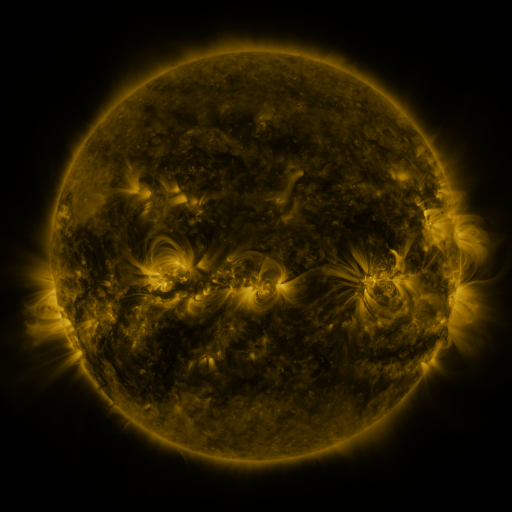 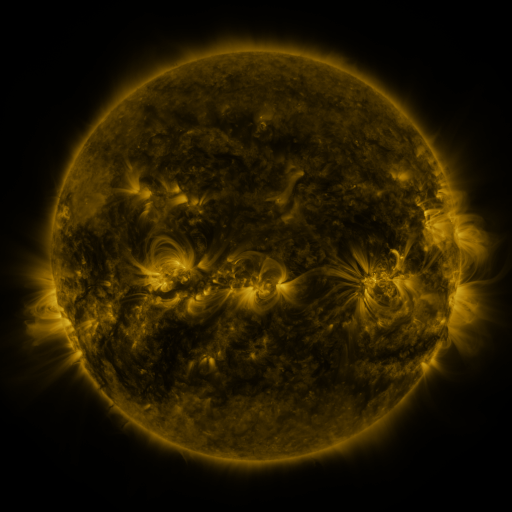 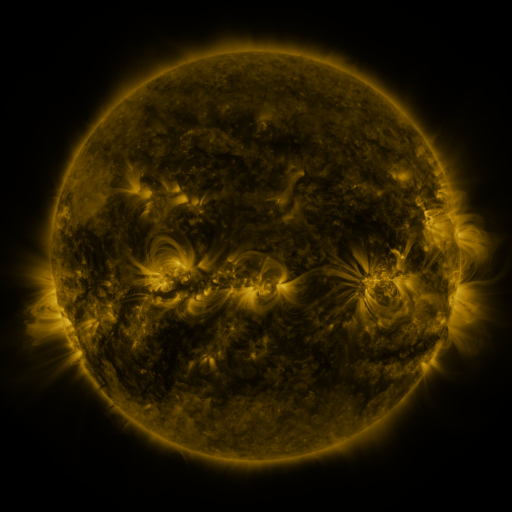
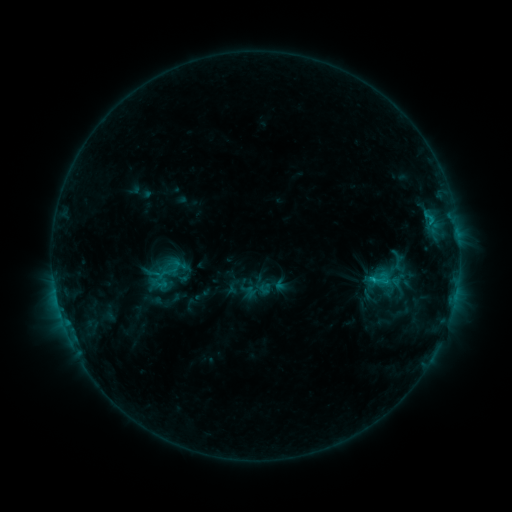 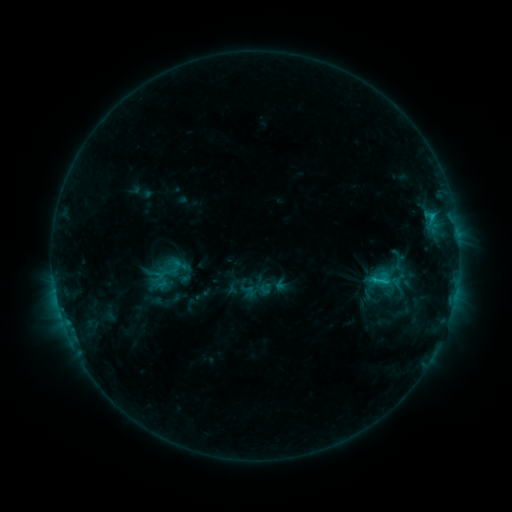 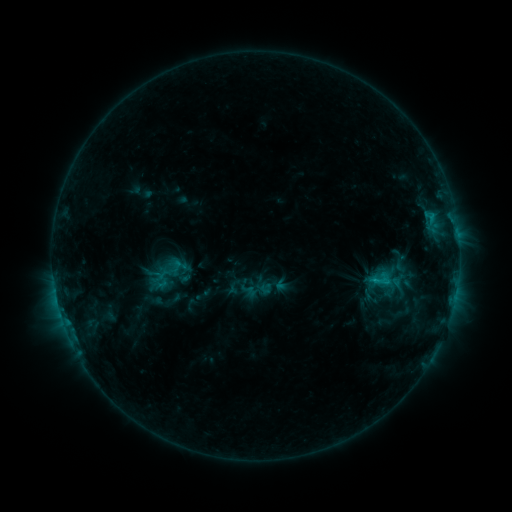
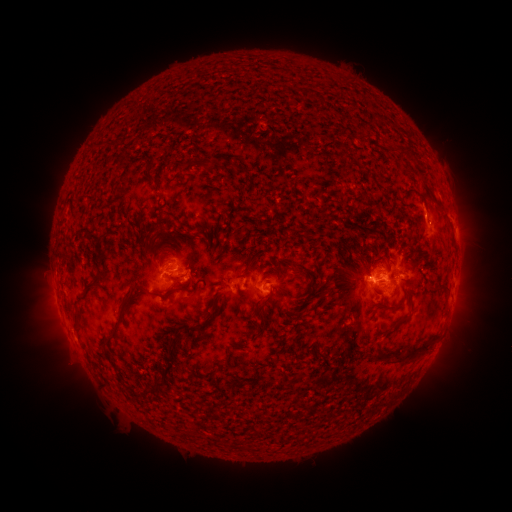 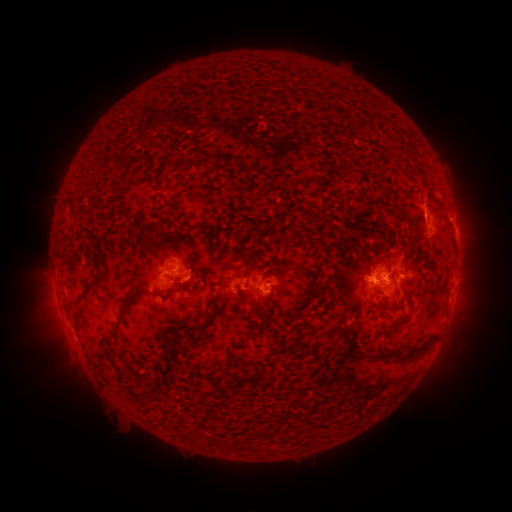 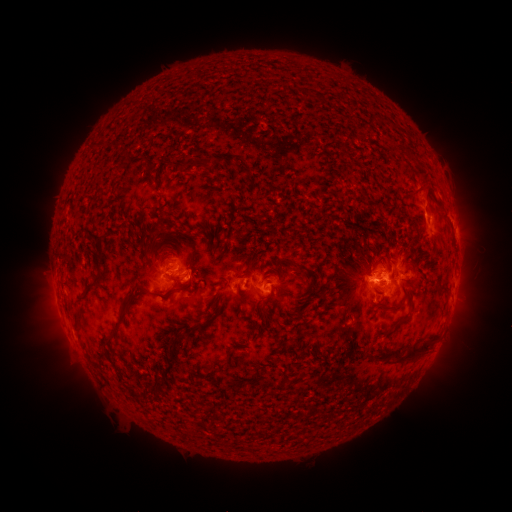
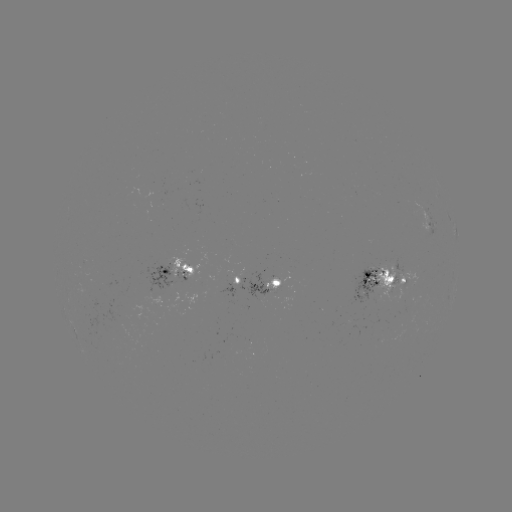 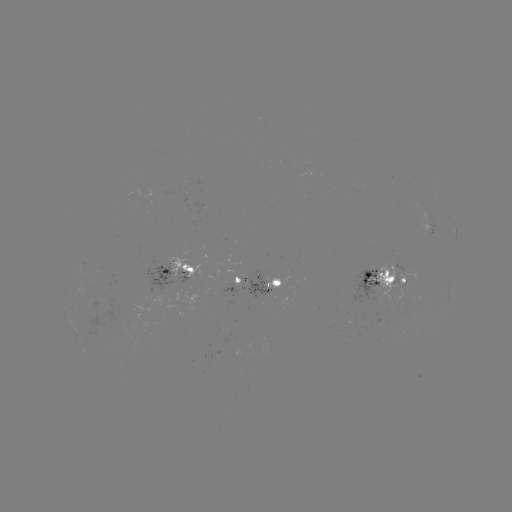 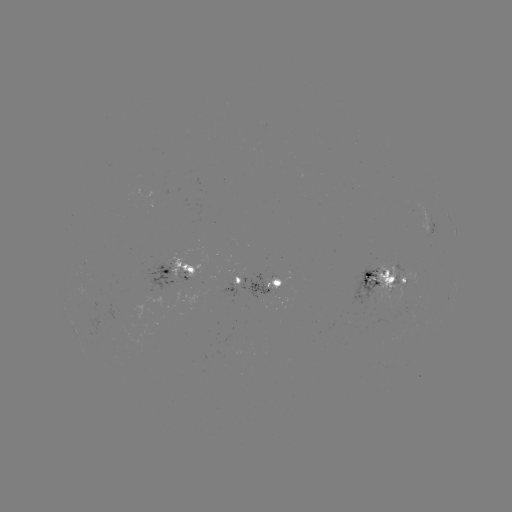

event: eruption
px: (425, 195)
